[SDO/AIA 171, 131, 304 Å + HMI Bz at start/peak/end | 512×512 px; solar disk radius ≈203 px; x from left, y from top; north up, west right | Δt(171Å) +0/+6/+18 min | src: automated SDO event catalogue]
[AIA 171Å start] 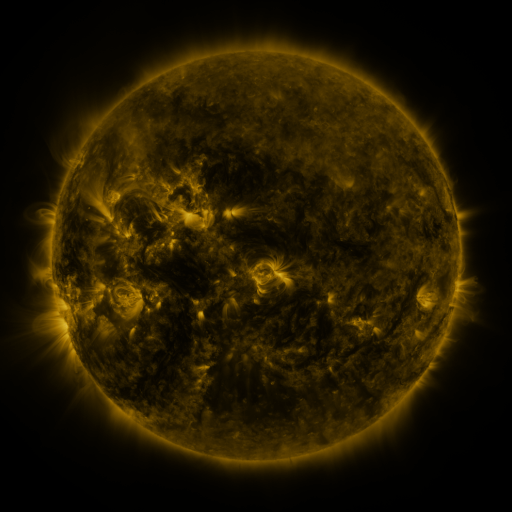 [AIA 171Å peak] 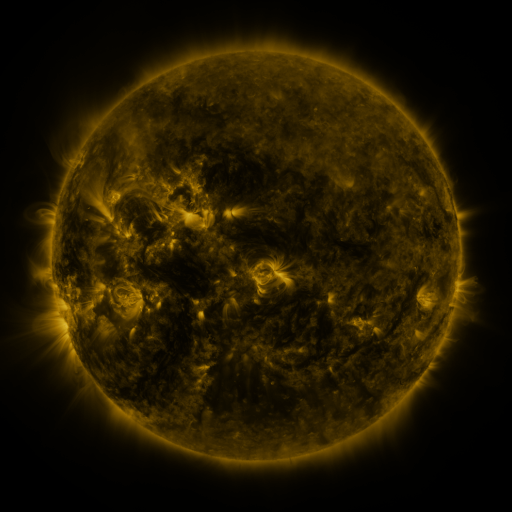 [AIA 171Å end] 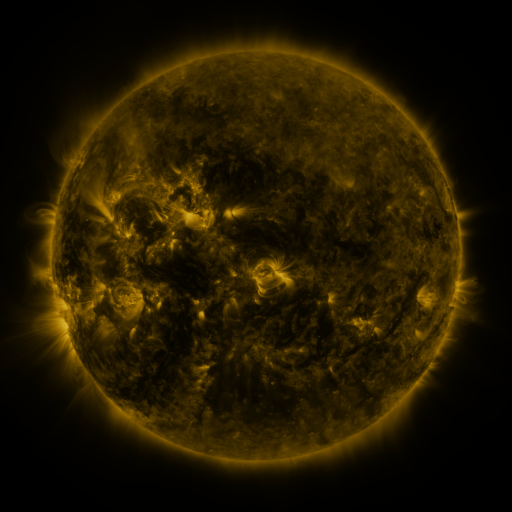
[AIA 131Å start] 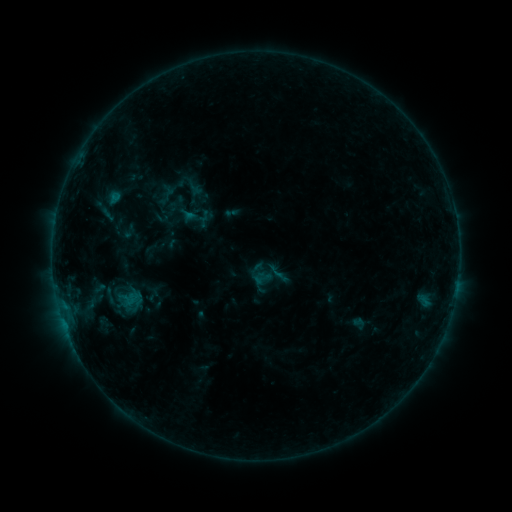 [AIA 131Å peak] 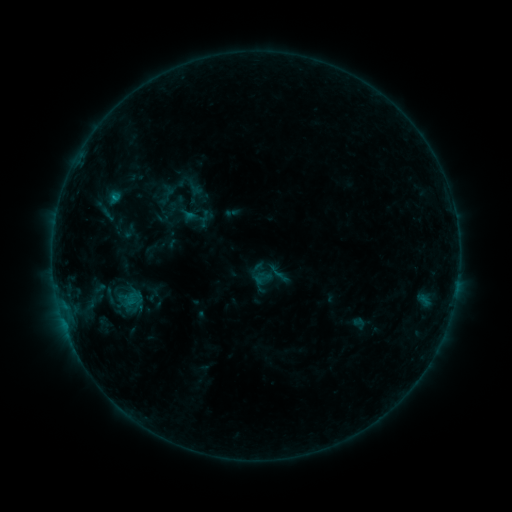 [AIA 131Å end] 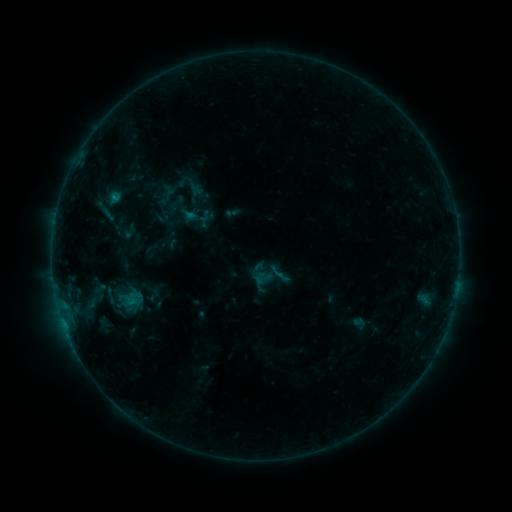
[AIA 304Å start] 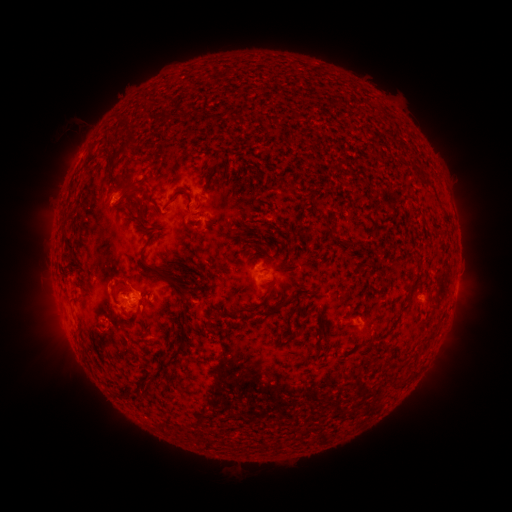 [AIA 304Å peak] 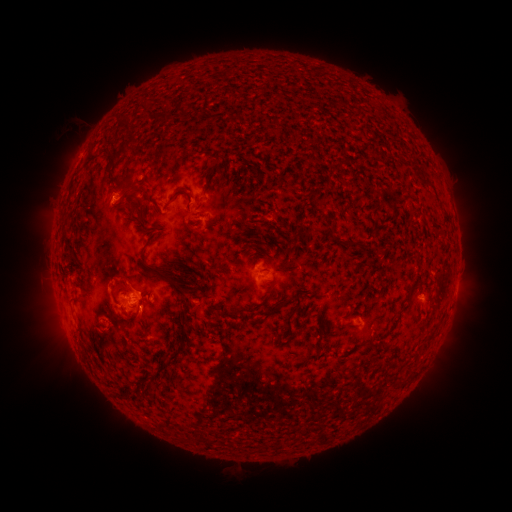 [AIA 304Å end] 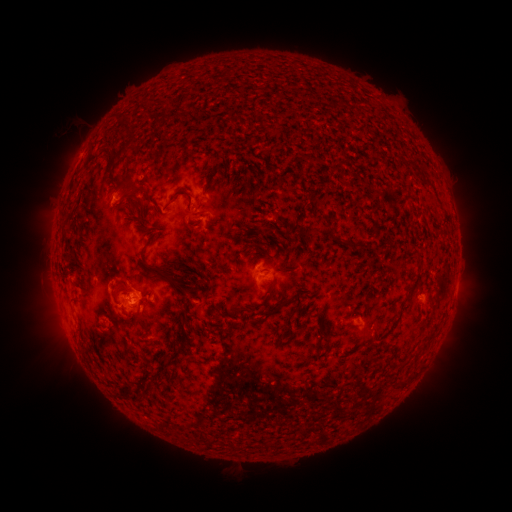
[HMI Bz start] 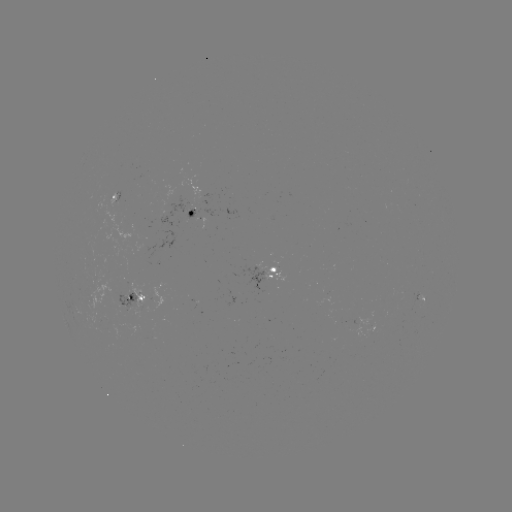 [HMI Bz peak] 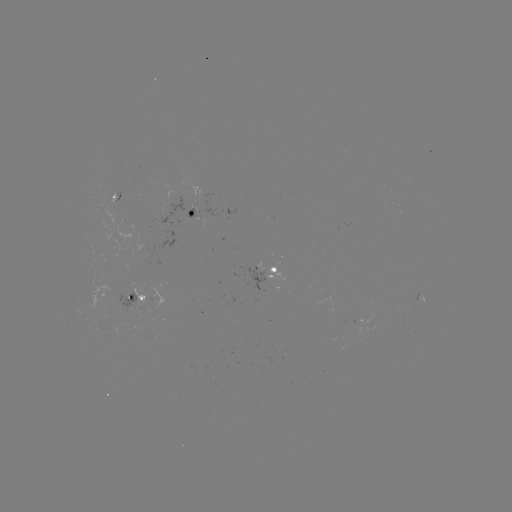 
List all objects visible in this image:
B4.8 flare: (115, 199)
